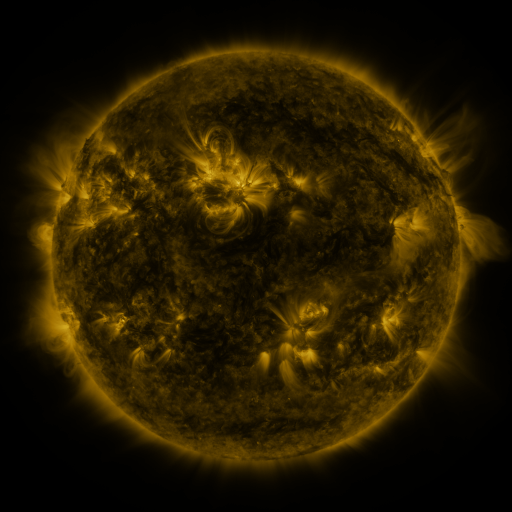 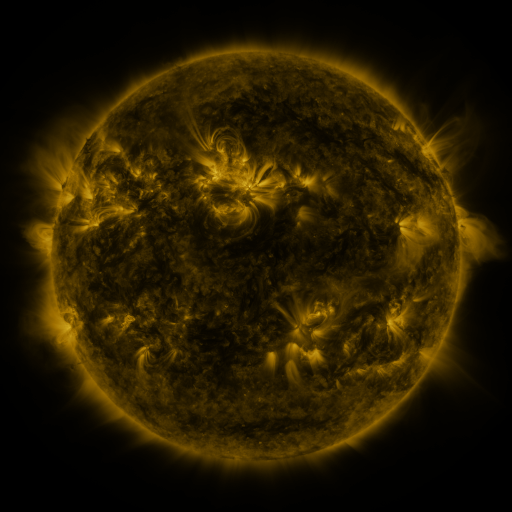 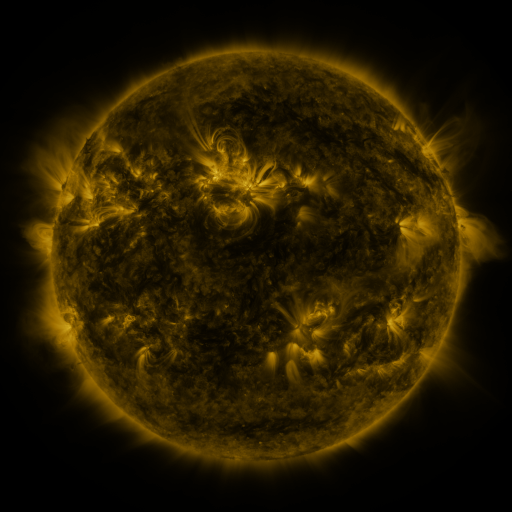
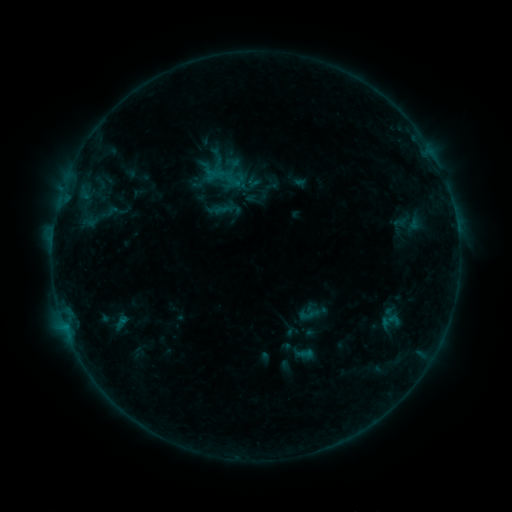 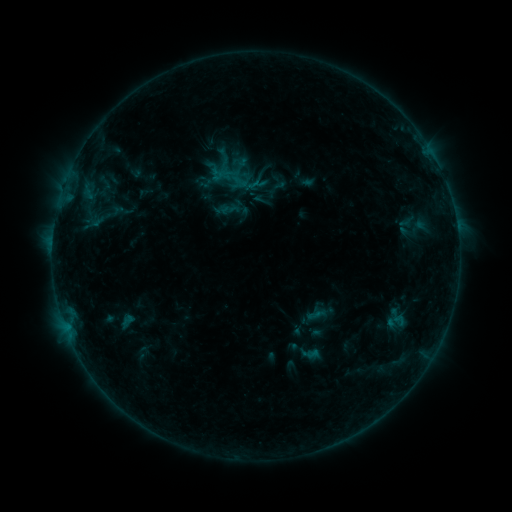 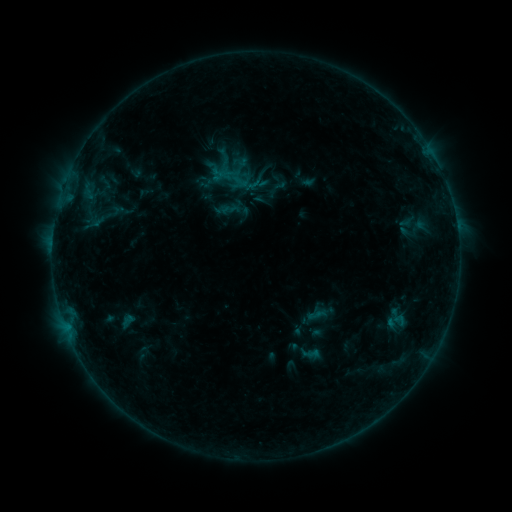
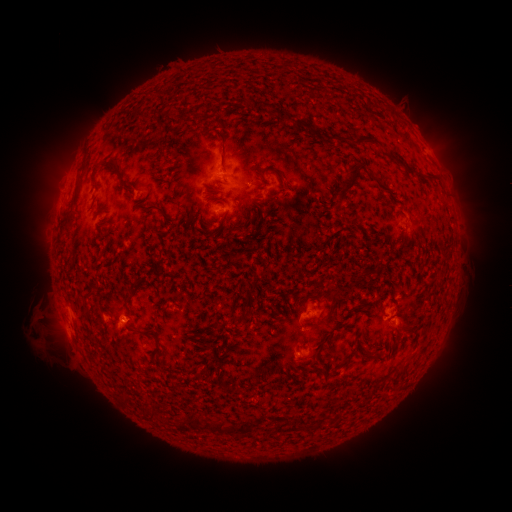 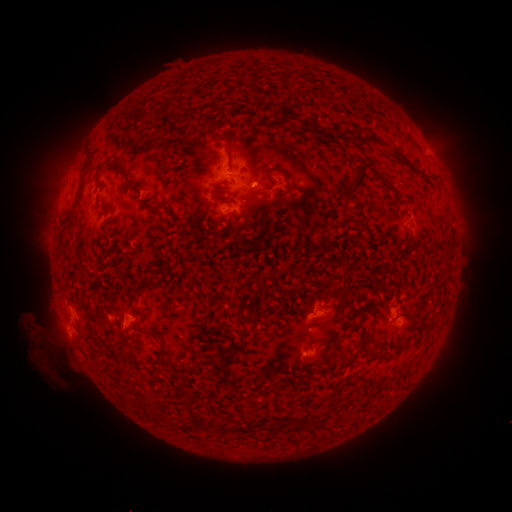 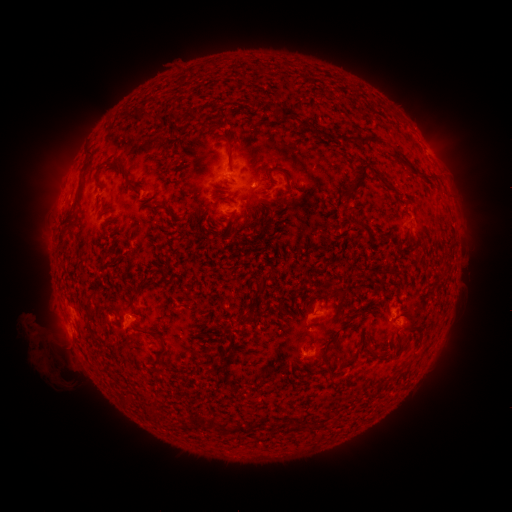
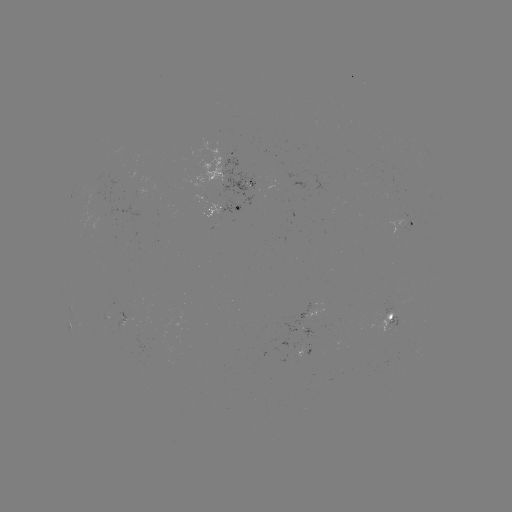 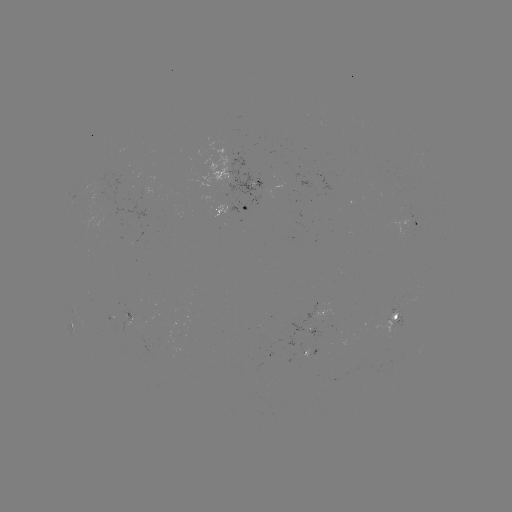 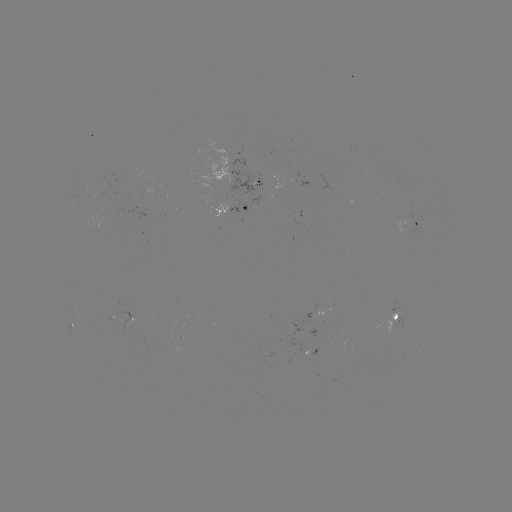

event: emerging-flux region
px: (390, 320)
